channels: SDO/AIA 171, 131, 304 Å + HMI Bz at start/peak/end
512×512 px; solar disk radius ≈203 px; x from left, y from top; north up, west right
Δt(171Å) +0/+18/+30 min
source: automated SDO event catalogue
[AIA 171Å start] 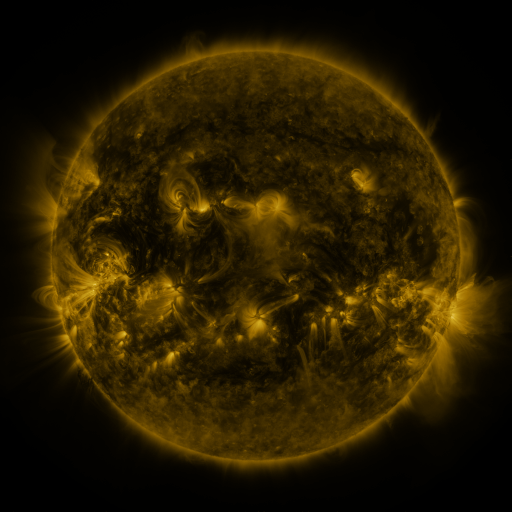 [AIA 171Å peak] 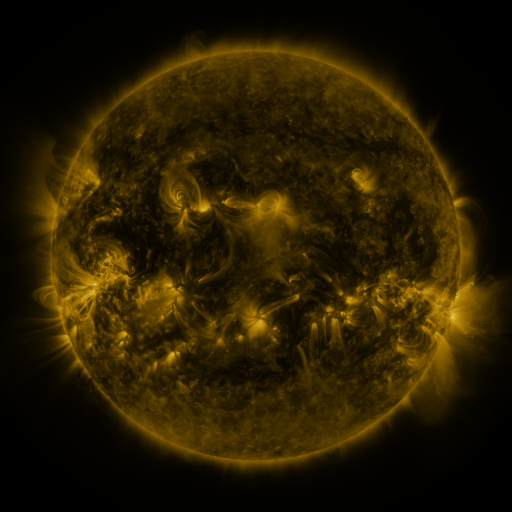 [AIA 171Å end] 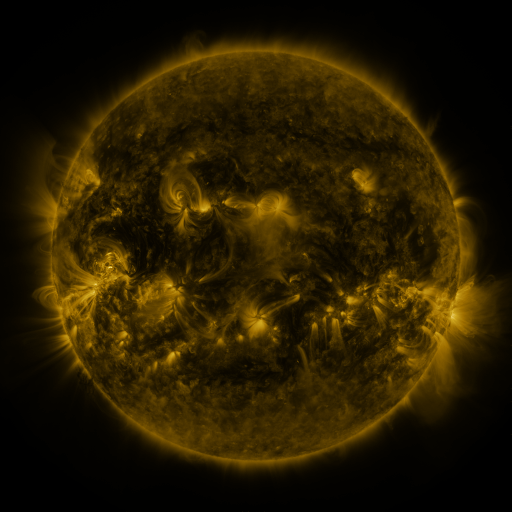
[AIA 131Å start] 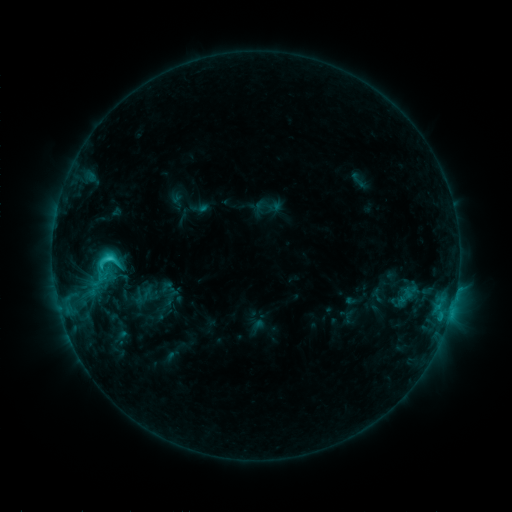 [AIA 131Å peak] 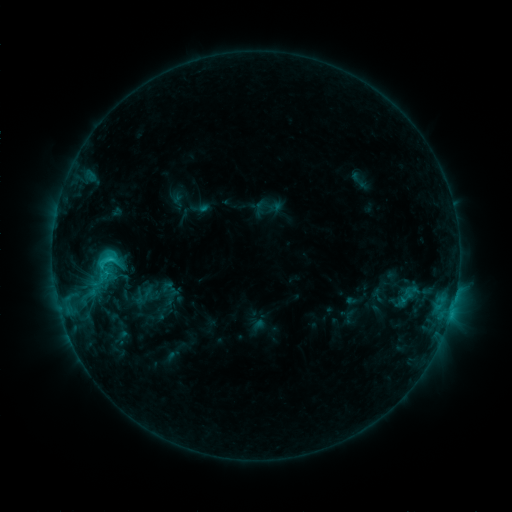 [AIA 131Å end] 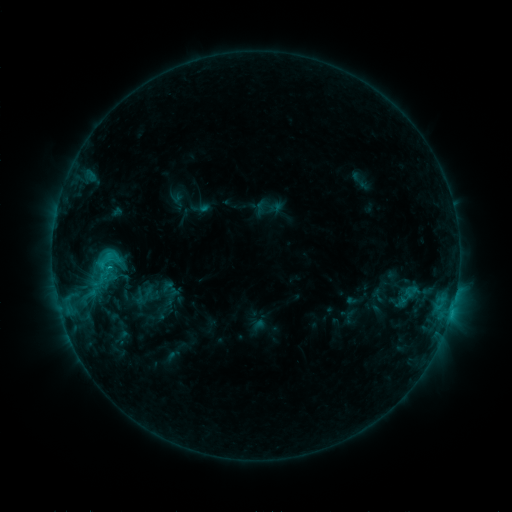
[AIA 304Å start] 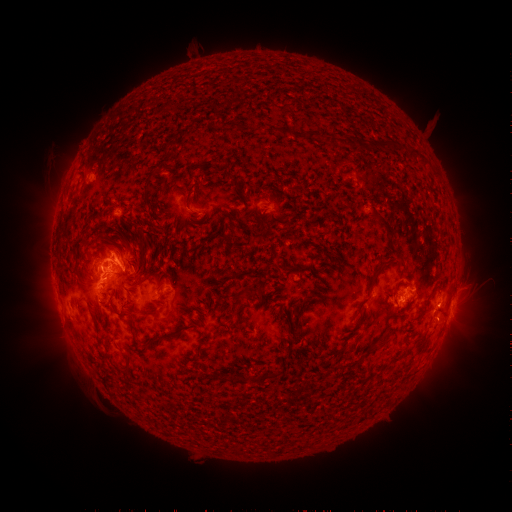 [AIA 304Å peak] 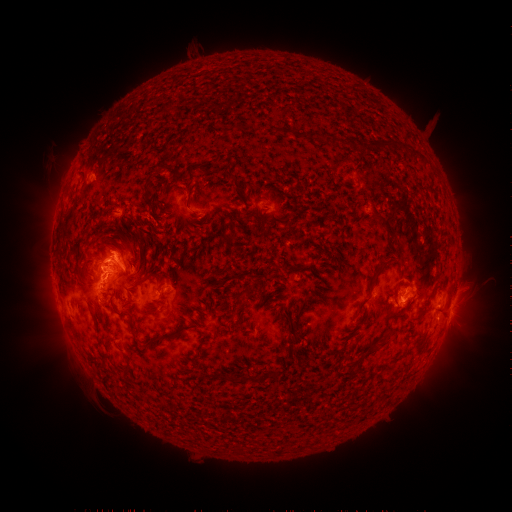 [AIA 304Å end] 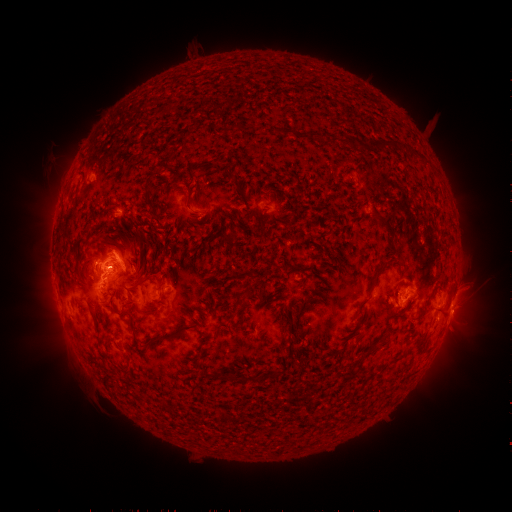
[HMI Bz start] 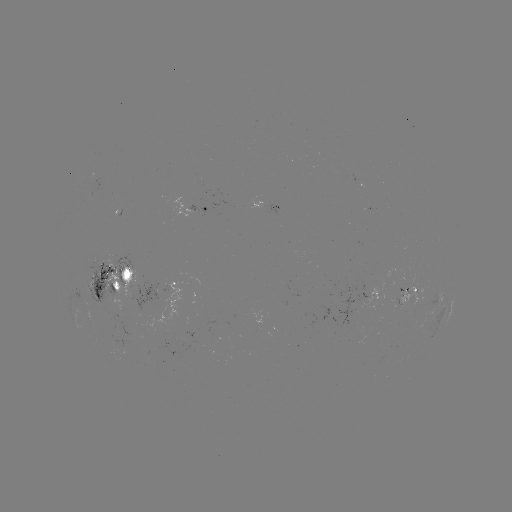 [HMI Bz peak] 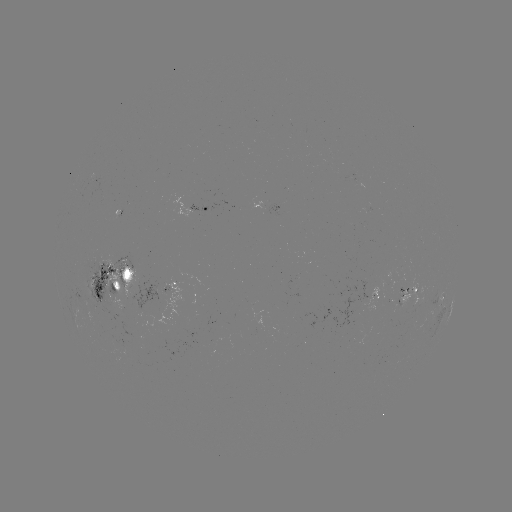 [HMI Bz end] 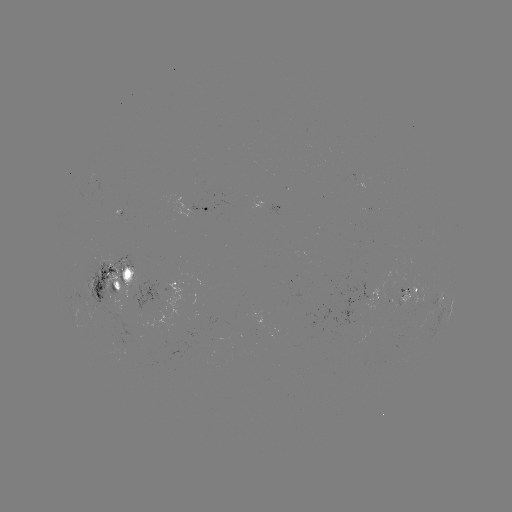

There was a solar eruption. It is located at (121, 248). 